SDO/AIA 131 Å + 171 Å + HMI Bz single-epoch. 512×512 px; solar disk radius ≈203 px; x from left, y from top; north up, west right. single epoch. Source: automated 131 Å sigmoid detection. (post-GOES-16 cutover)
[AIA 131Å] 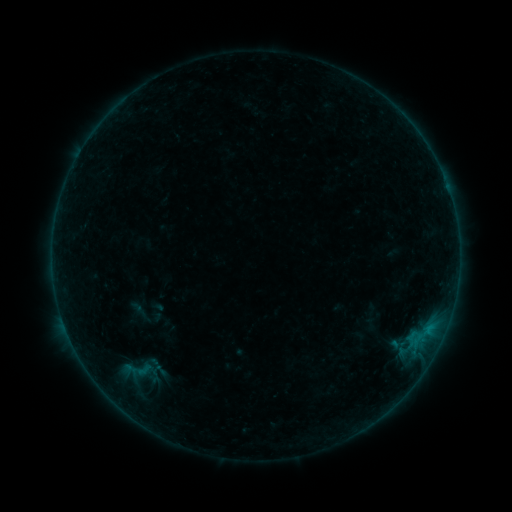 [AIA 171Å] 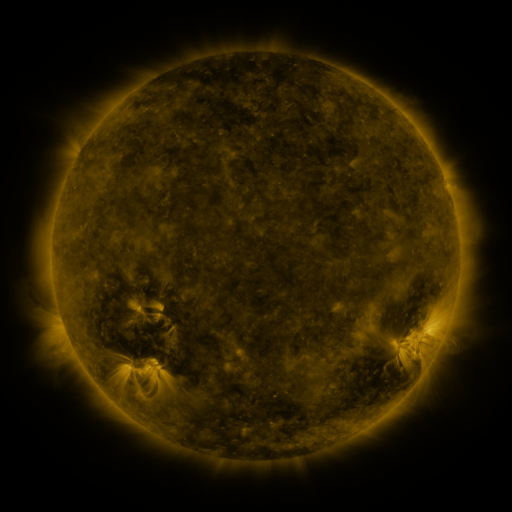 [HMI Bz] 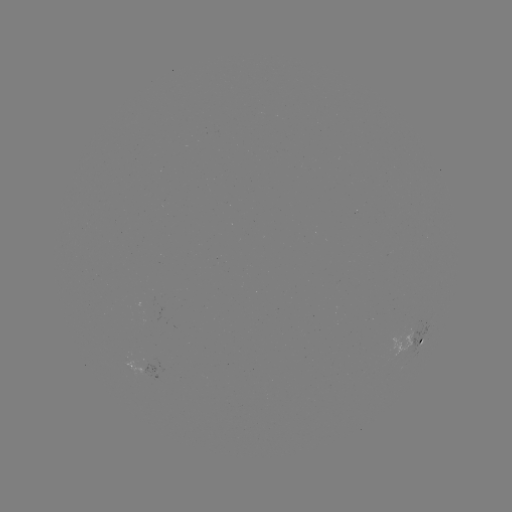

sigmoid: <bbox>118, 358, 160, 383</bbox>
